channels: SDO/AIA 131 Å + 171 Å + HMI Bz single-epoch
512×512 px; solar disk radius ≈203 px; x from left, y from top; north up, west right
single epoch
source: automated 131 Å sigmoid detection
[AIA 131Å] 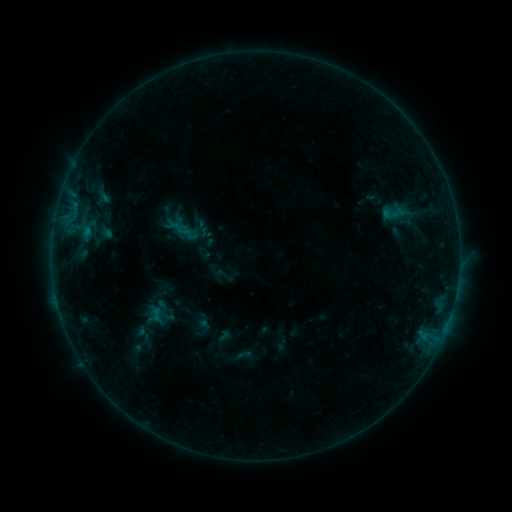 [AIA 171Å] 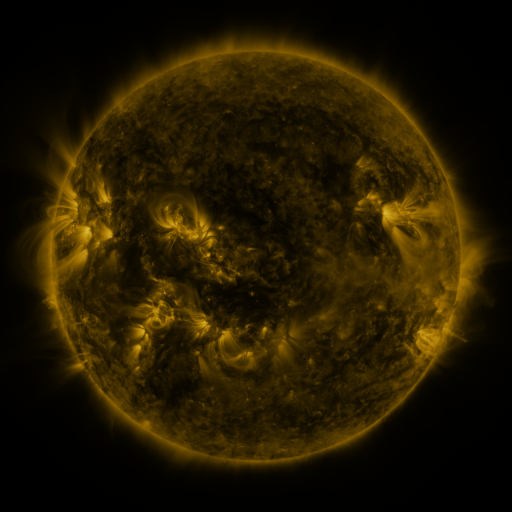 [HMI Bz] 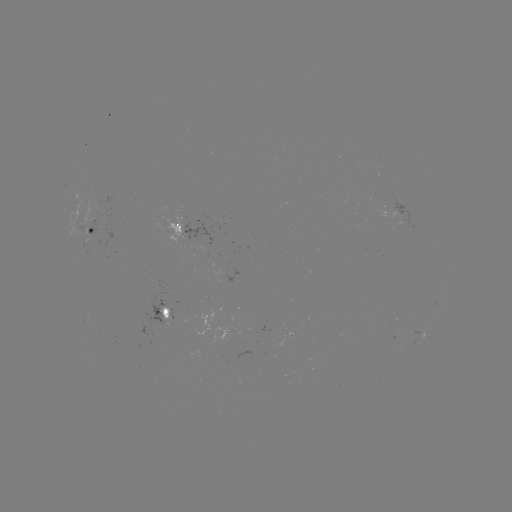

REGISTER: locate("sigmoid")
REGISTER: [393, 213]